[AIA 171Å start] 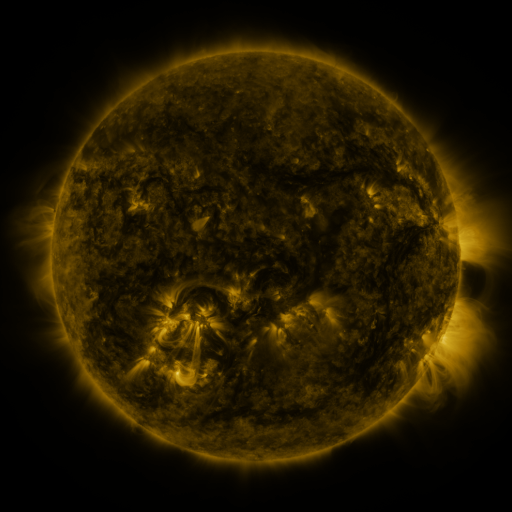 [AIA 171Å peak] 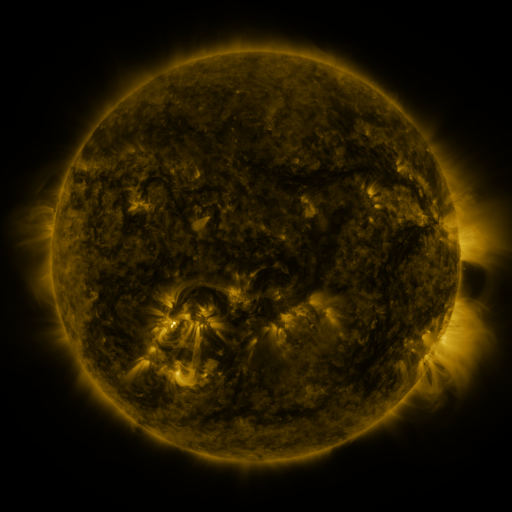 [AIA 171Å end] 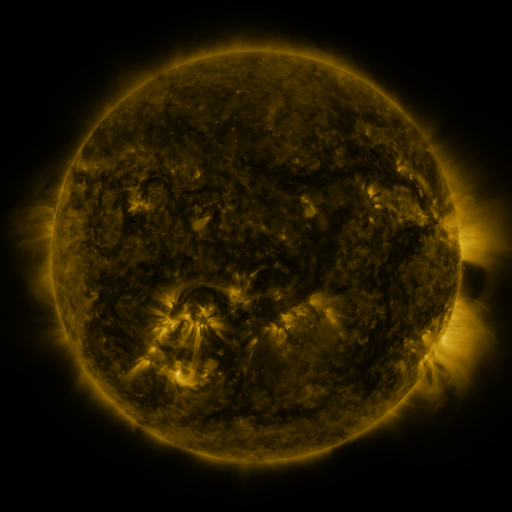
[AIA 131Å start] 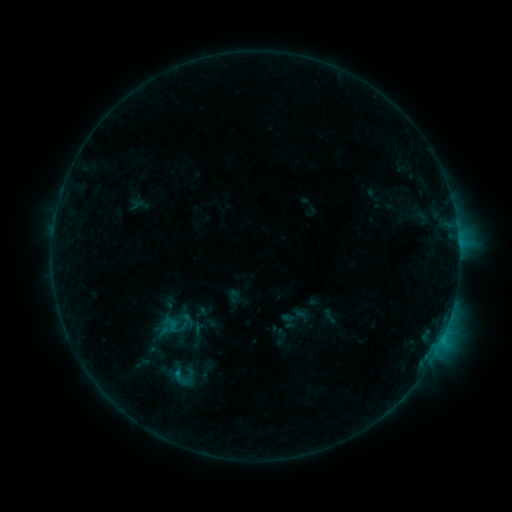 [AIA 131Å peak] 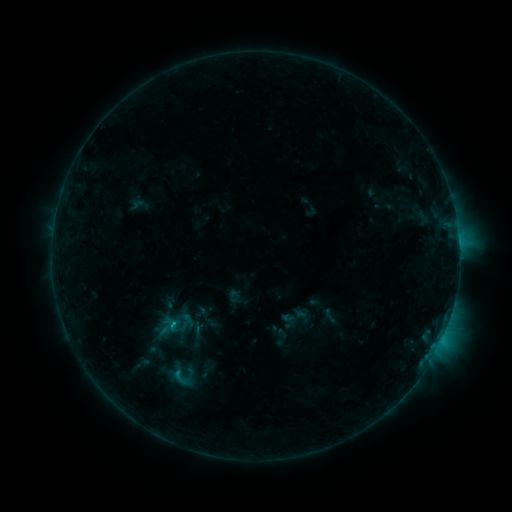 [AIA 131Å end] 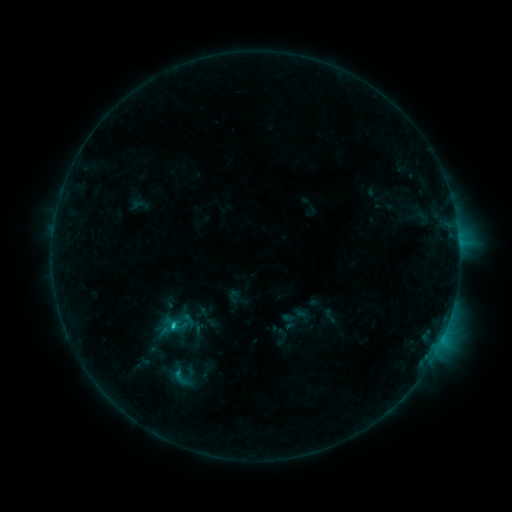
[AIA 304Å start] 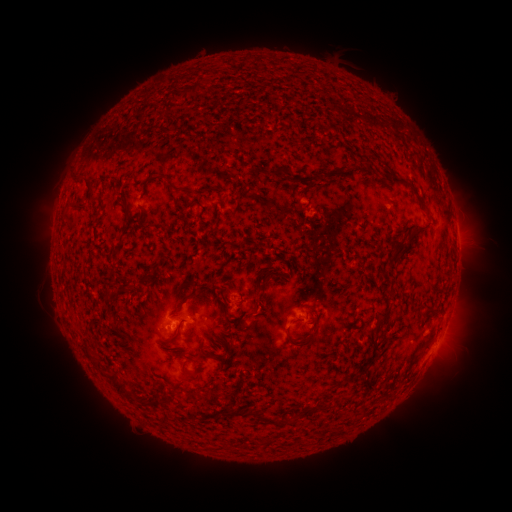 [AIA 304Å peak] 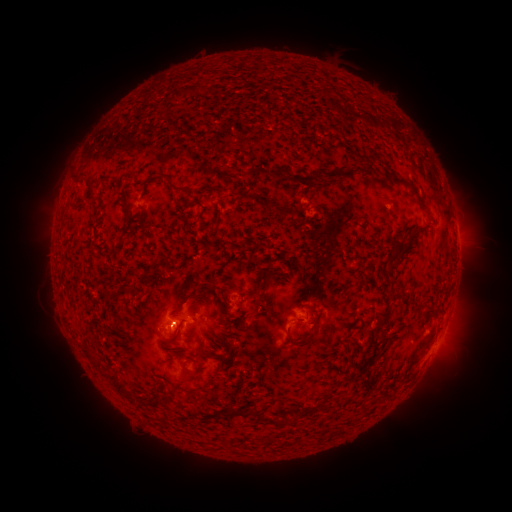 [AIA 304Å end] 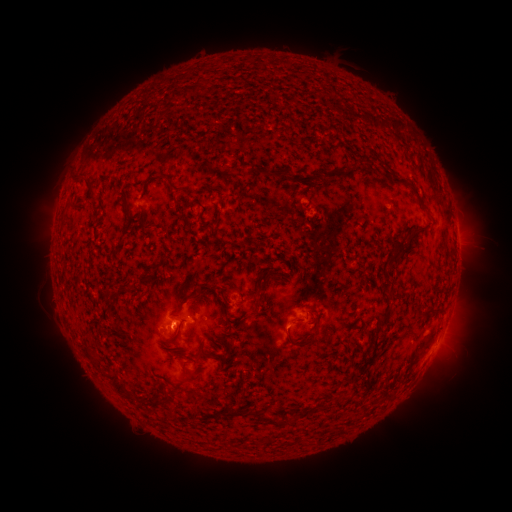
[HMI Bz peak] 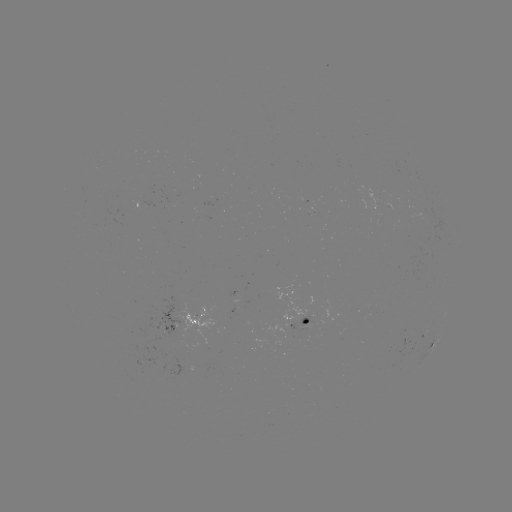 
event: flare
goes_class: C1.2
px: (173, 323)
